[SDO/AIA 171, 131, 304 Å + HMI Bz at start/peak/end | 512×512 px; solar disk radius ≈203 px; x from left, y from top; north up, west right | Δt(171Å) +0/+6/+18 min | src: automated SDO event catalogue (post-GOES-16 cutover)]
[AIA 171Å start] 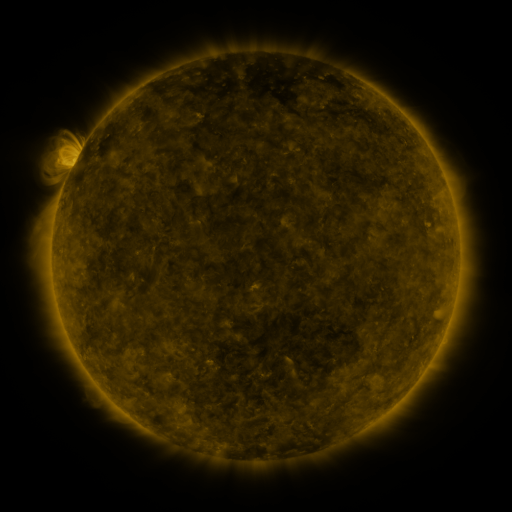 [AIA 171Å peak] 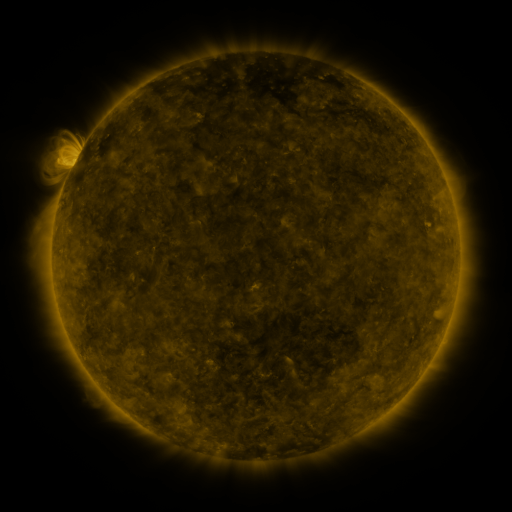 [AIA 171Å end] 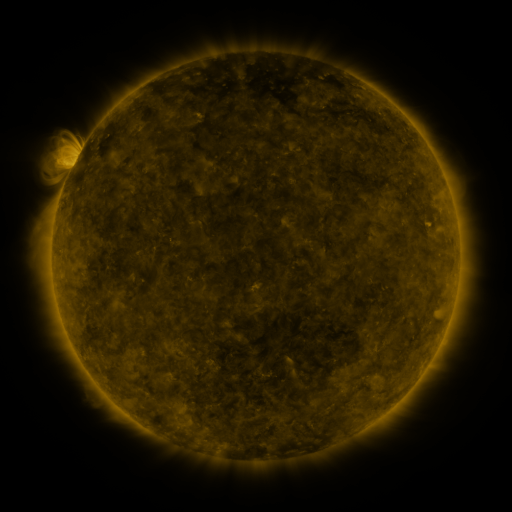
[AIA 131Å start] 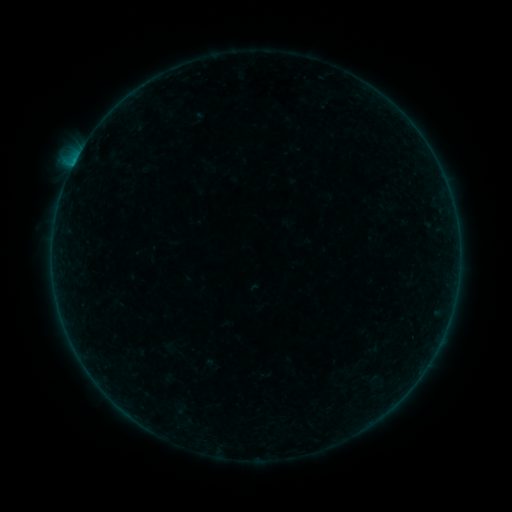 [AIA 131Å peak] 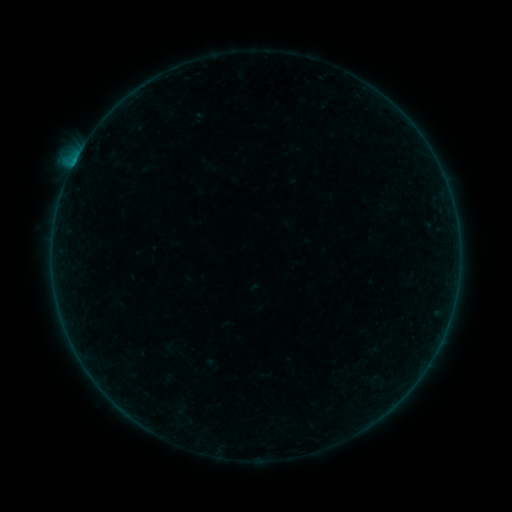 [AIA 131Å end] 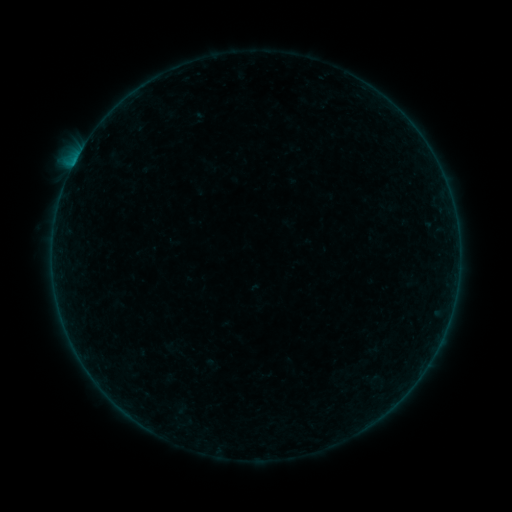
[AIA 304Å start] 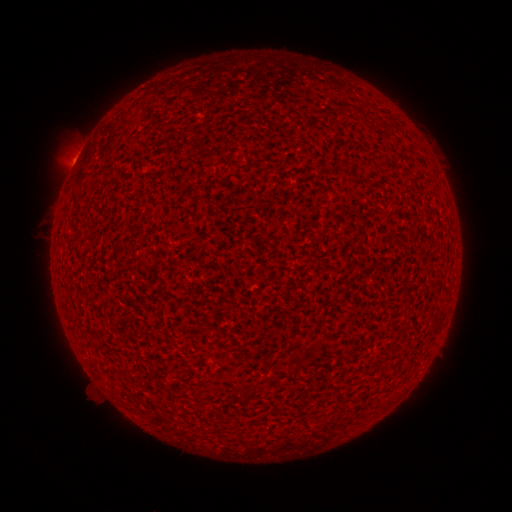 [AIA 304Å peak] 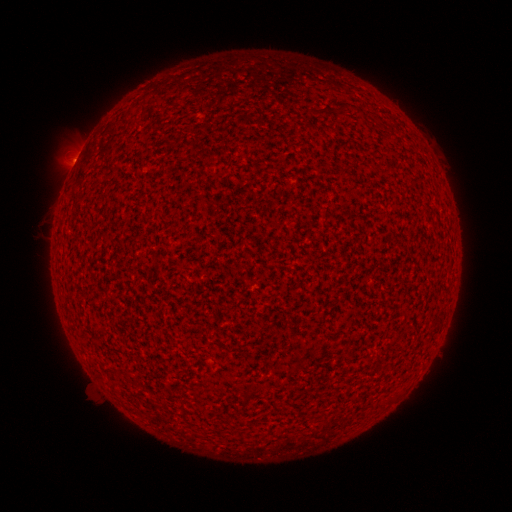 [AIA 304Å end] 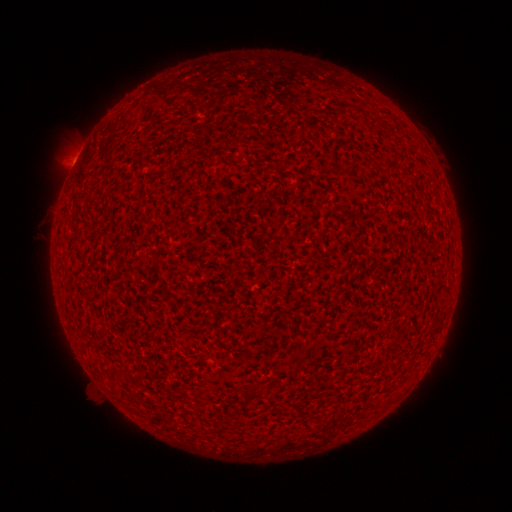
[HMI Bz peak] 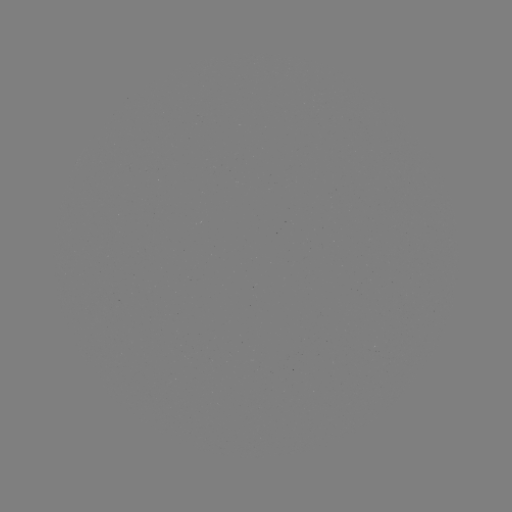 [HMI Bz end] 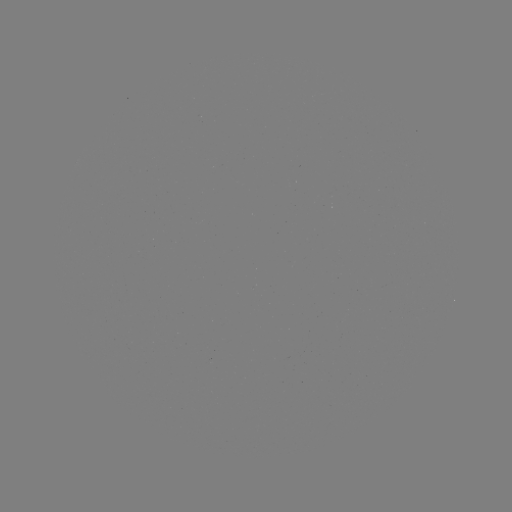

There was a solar flare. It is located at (75, 165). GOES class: B2.1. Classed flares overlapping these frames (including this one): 1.